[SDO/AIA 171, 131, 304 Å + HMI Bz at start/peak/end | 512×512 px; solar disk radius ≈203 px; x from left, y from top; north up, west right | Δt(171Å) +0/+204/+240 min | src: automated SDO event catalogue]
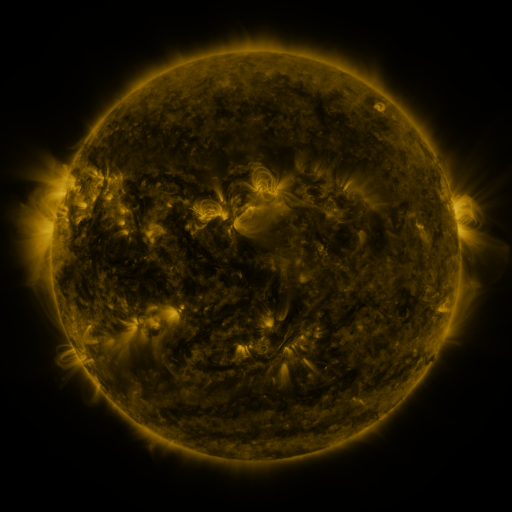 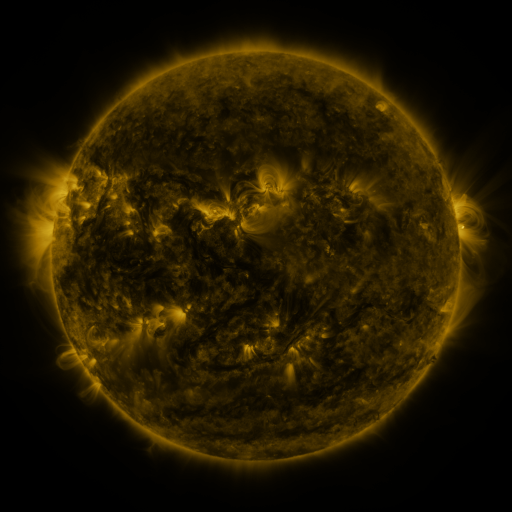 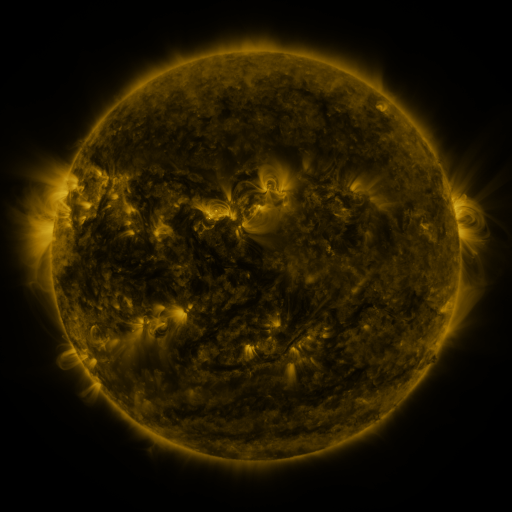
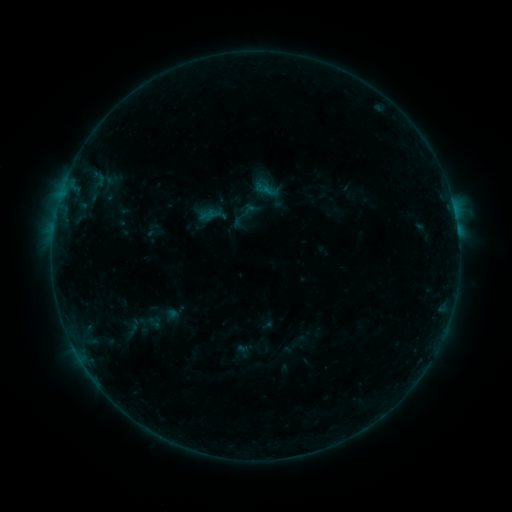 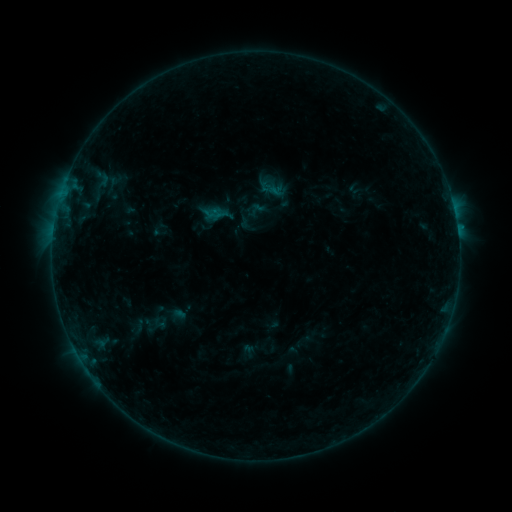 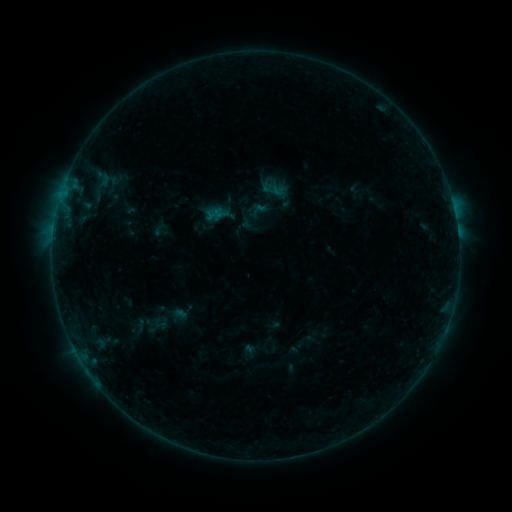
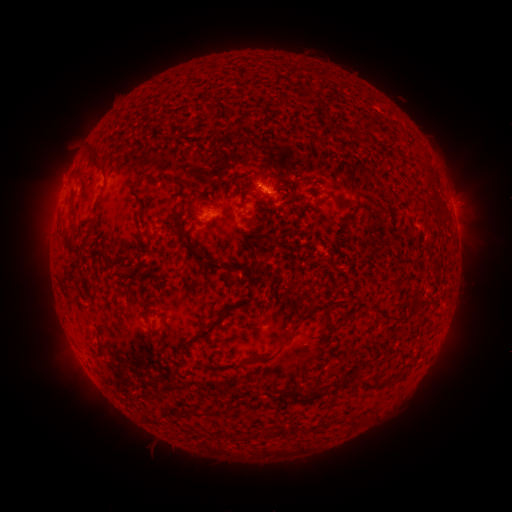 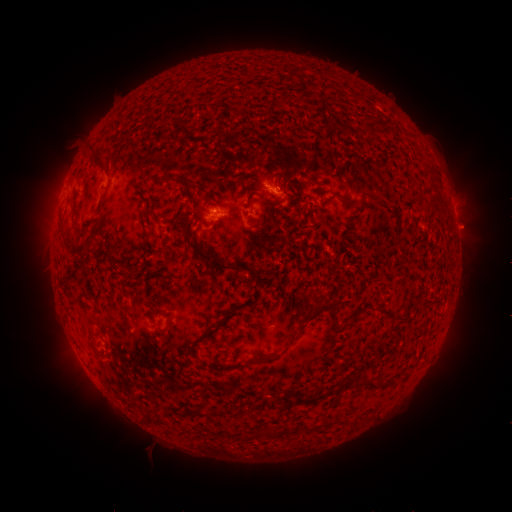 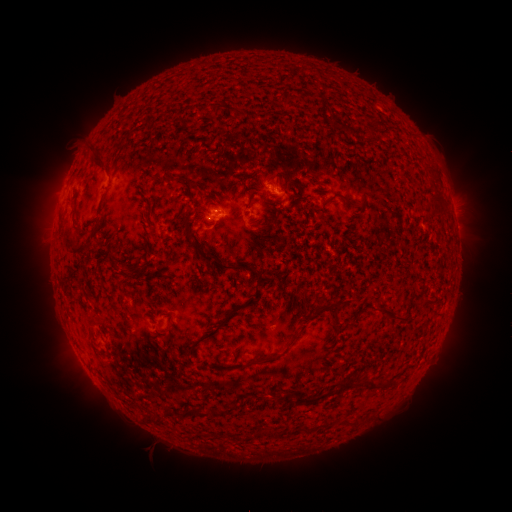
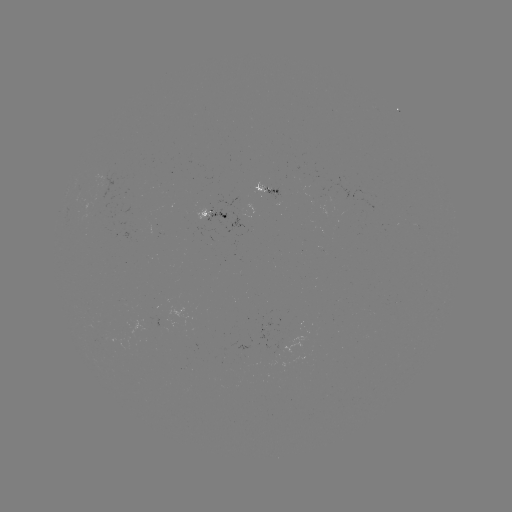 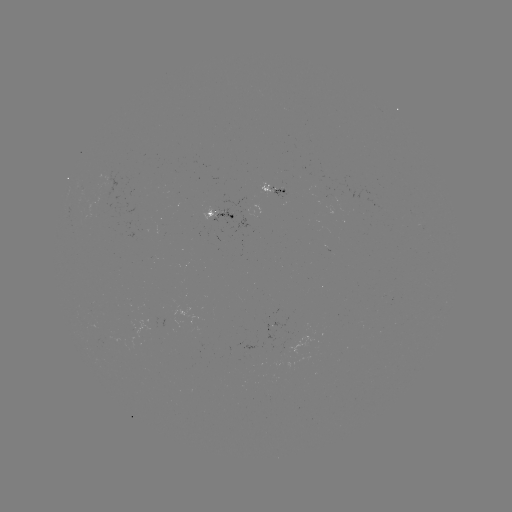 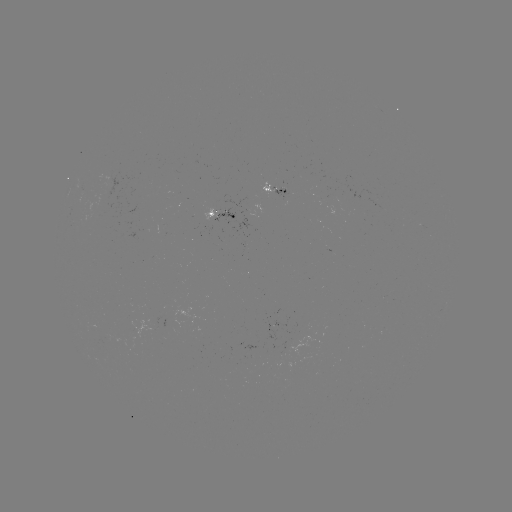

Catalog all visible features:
emerging-flux region: (206, 221)
